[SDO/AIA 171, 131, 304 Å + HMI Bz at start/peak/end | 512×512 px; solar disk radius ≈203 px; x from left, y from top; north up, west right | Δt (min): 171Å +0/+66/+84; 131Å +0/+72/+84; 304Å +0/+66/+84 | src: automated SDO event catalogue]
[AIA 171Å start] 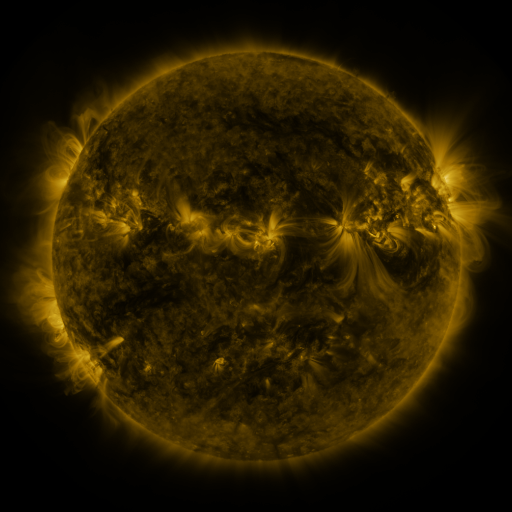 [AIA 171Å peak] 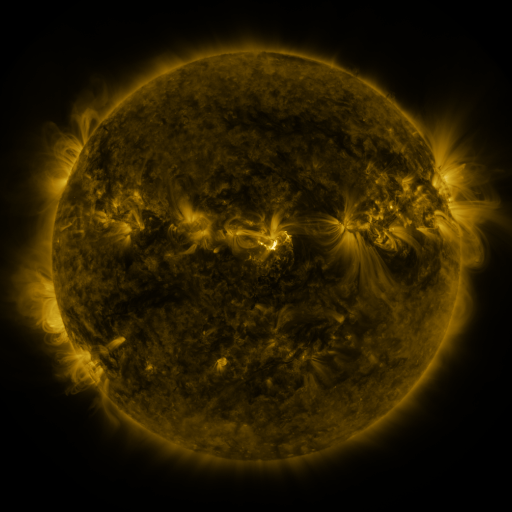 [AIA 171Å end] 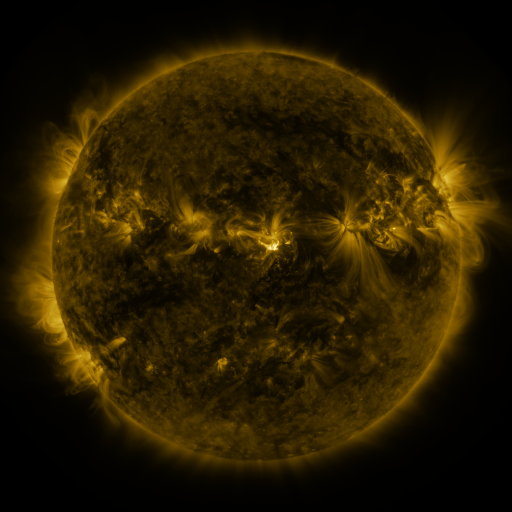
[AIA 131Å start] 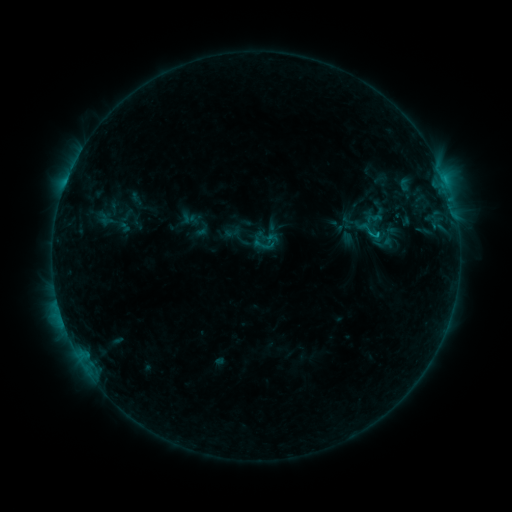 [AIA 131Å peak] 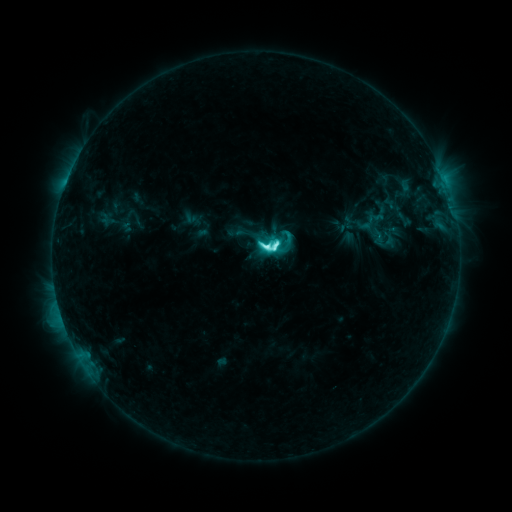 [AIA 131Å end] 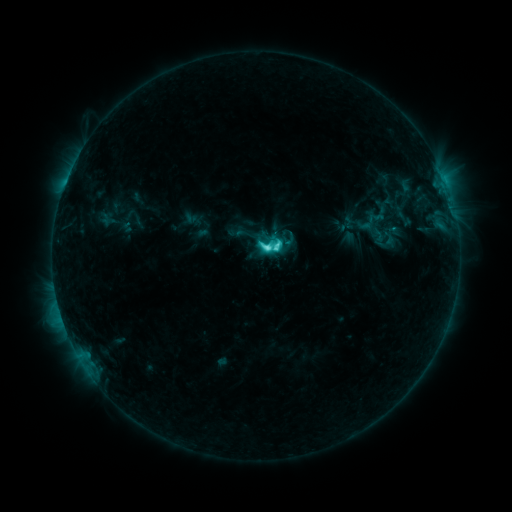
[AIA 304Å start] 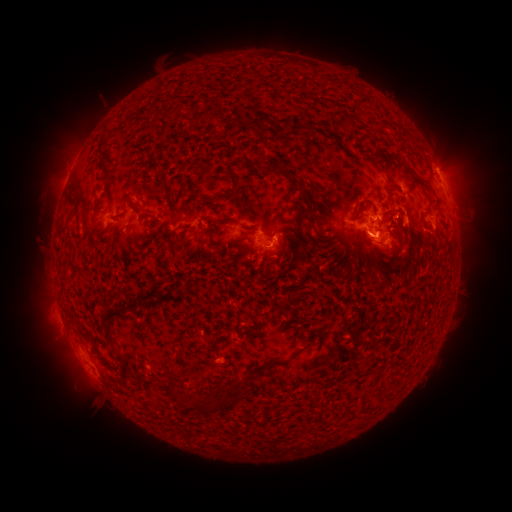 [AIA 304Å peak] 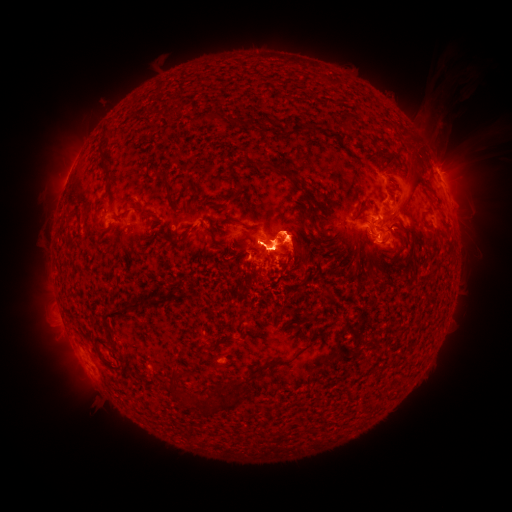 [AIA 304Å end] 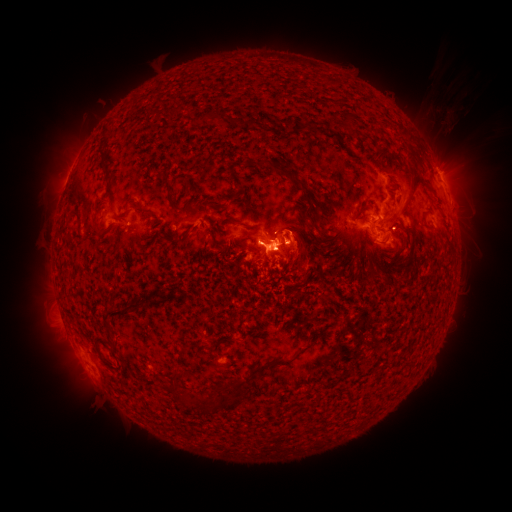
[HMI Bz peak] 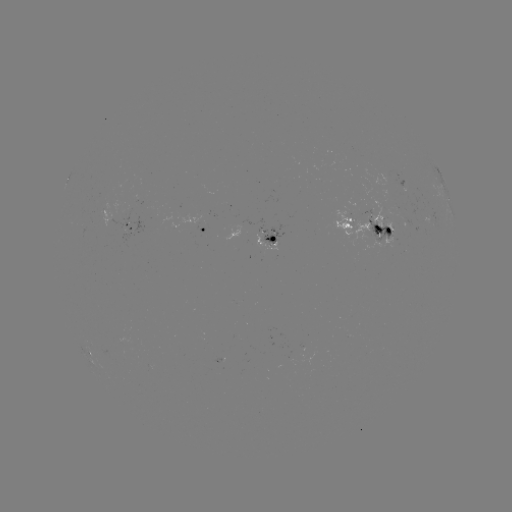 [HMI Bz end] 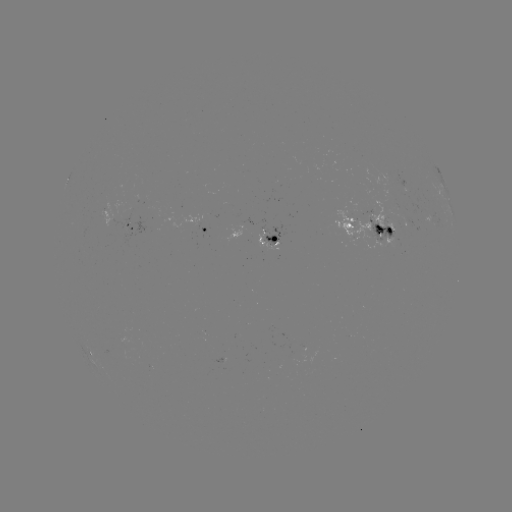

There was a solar flare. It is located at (270, 247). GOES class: M1.2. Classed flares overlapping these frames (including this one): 2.